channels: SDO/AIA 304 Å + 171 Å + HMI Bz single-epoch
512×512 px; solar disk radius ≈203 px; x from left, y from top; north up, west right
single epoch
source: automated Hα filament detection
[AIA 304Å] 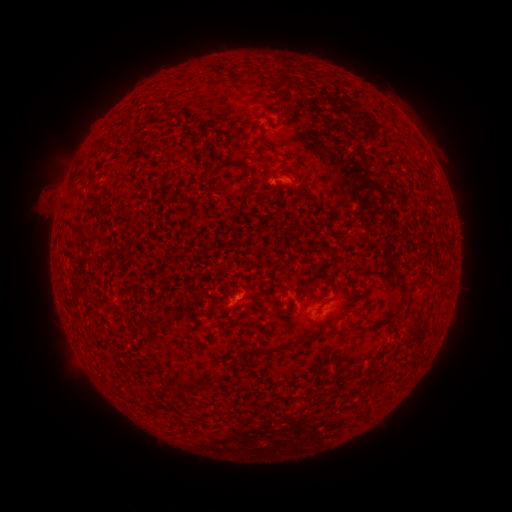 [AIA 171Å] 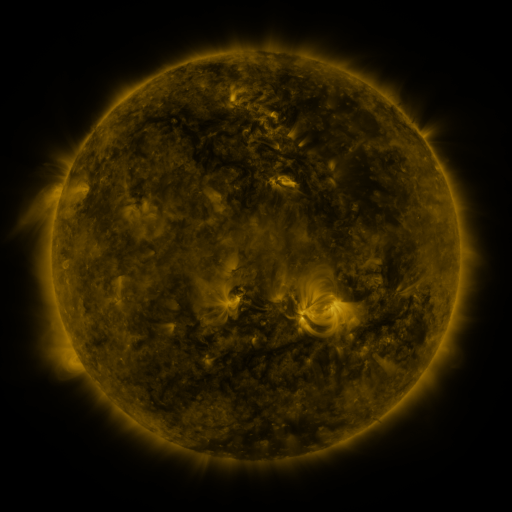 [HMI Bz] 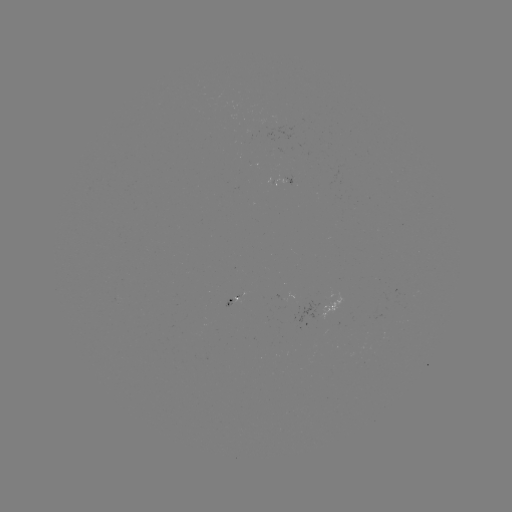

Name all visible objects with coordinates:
filament: <bbox>289, 80, 303, 88</bbox>
filament: <bbox>278, 92, 285, 102</bbox>
filament: <bbox>245, 179, 254, 189</bbox>
filament: <bbox>365, 325, 380, 333</bbox>
filament: <bbox>302, 336, 313, 345</bbox>
filament: <bbox>176, 375, 205, 388</bbox>
